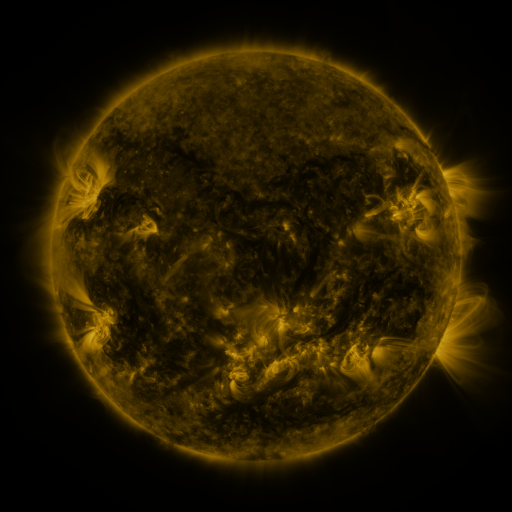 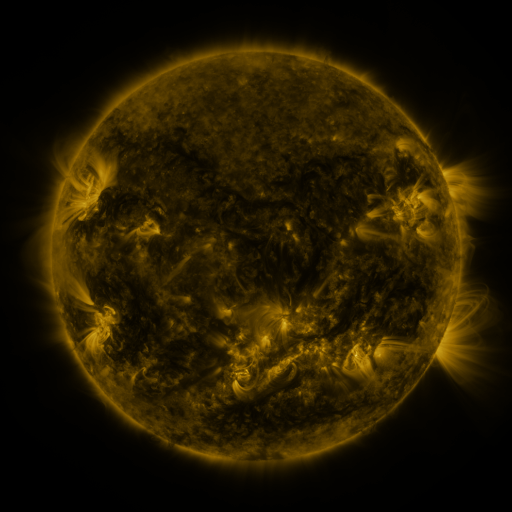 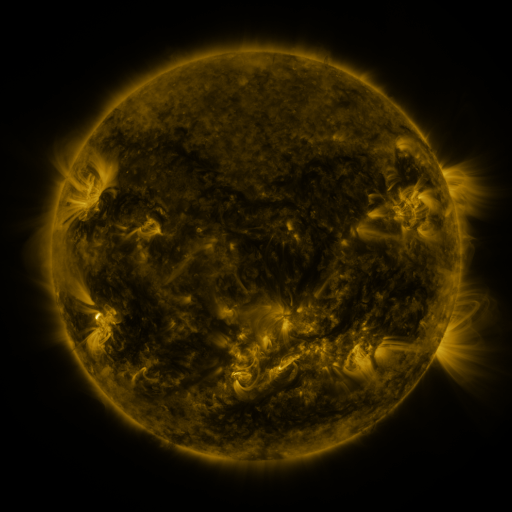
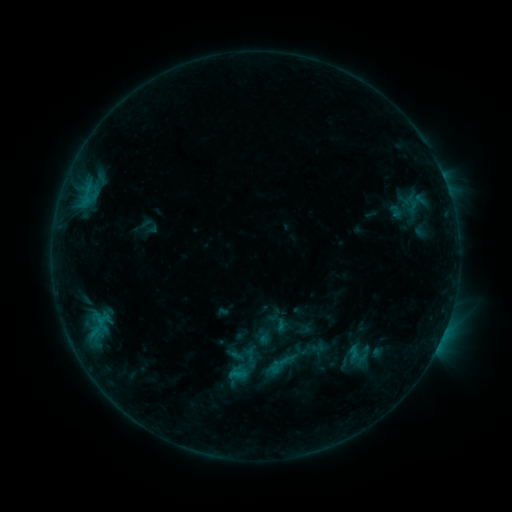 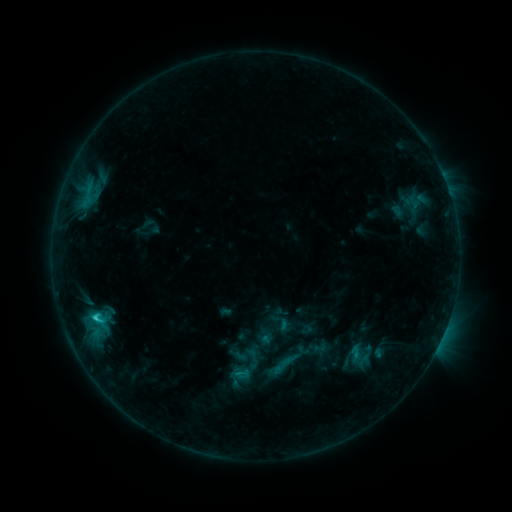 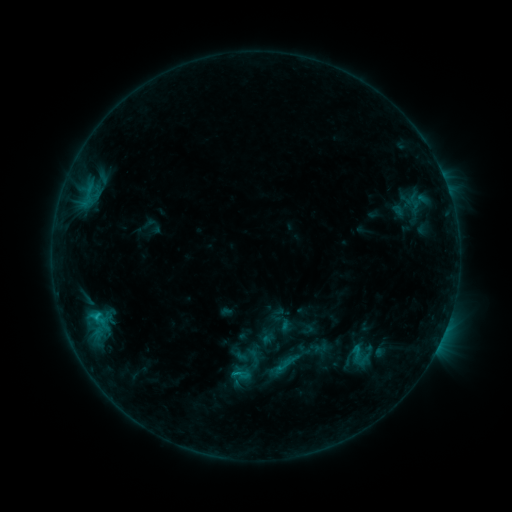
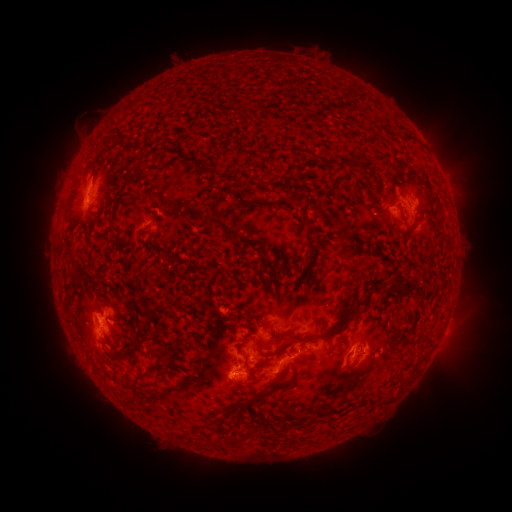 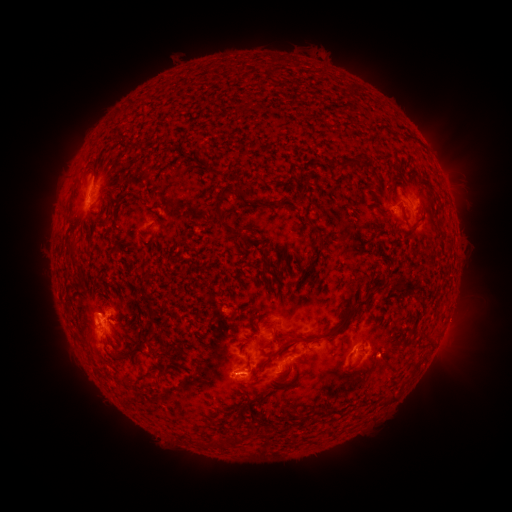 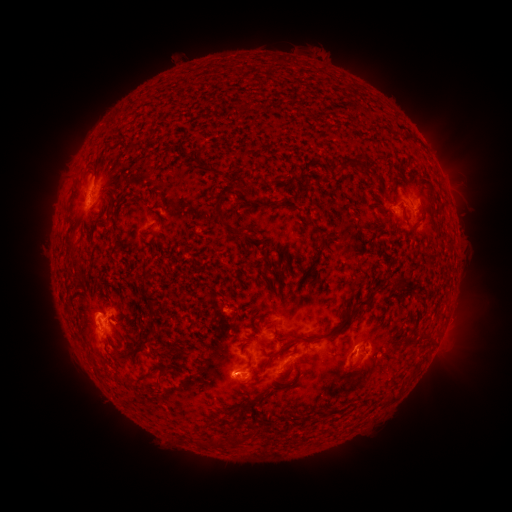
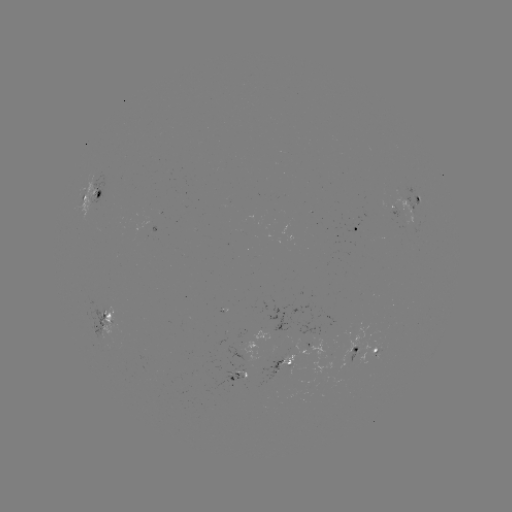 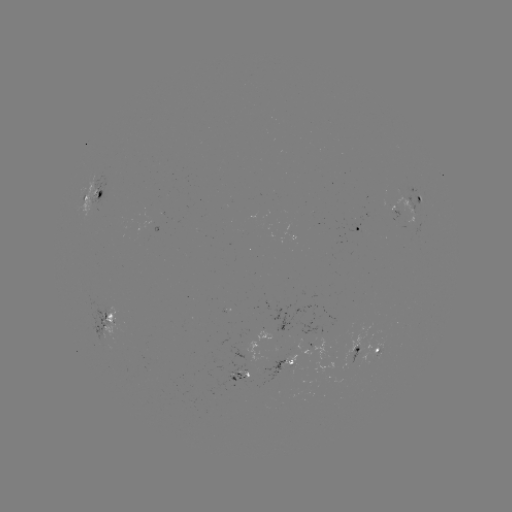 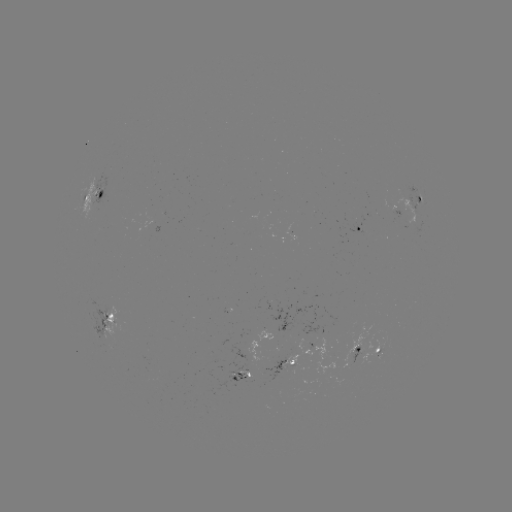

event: flare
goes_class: C1.9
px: (96, 317)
